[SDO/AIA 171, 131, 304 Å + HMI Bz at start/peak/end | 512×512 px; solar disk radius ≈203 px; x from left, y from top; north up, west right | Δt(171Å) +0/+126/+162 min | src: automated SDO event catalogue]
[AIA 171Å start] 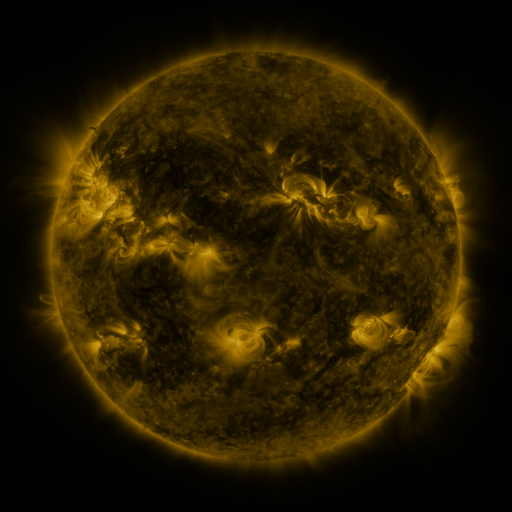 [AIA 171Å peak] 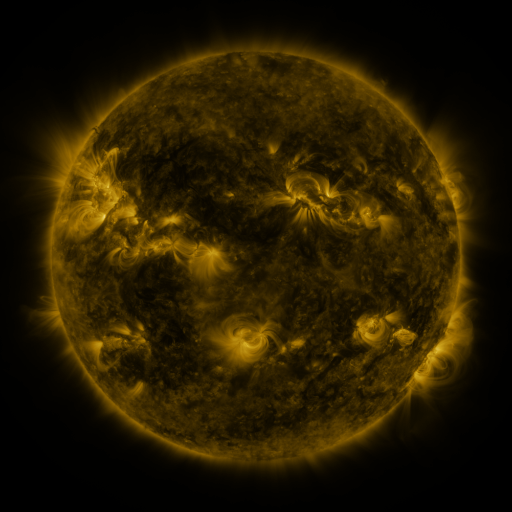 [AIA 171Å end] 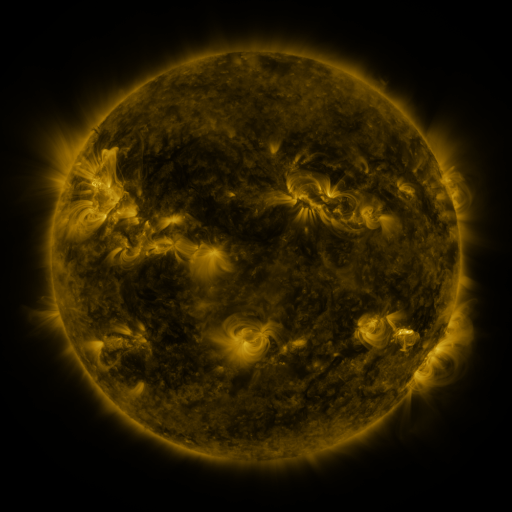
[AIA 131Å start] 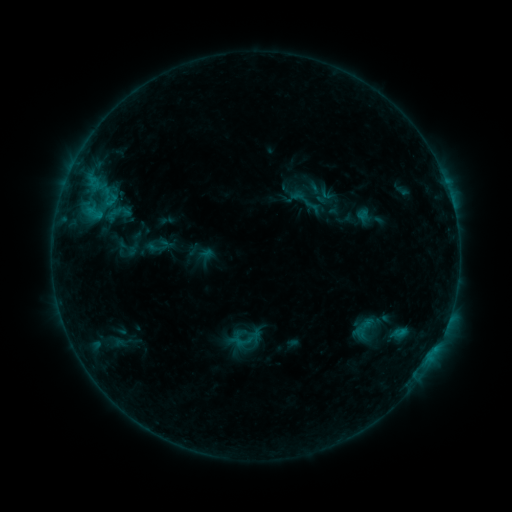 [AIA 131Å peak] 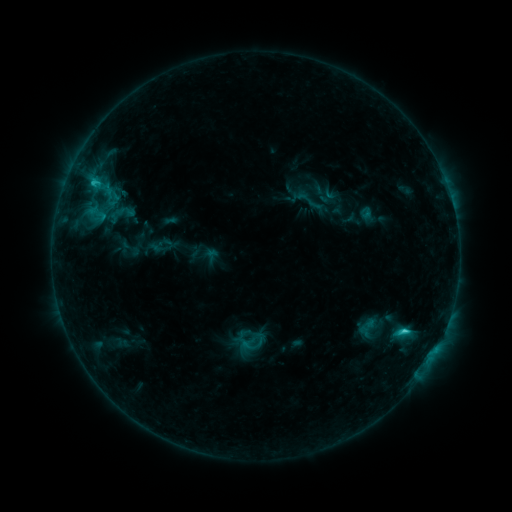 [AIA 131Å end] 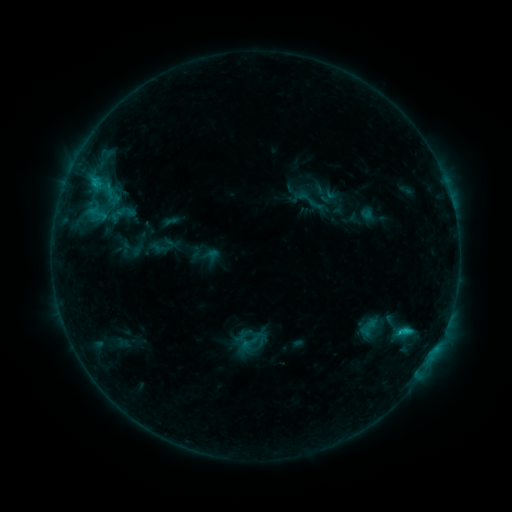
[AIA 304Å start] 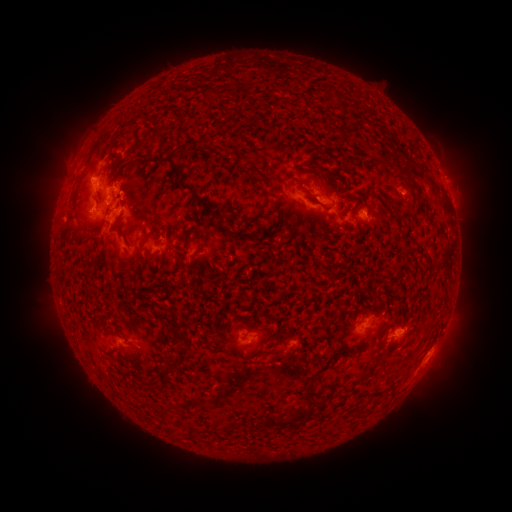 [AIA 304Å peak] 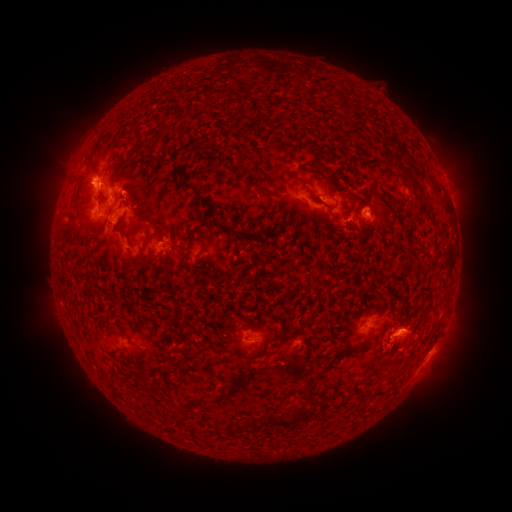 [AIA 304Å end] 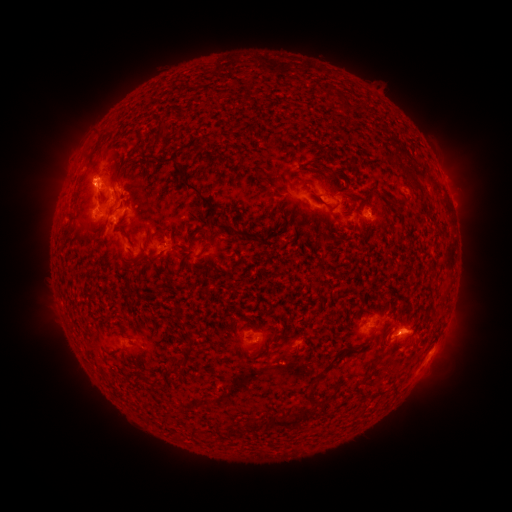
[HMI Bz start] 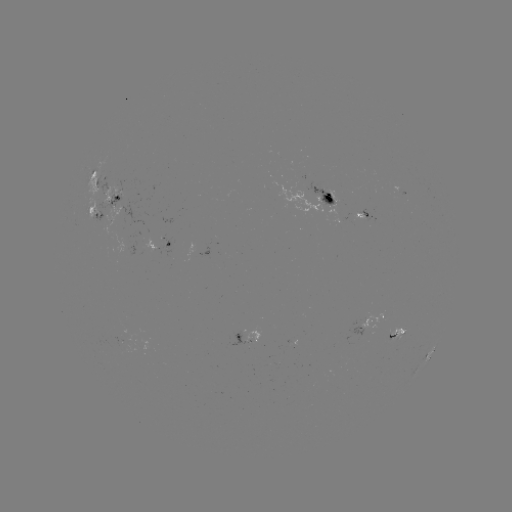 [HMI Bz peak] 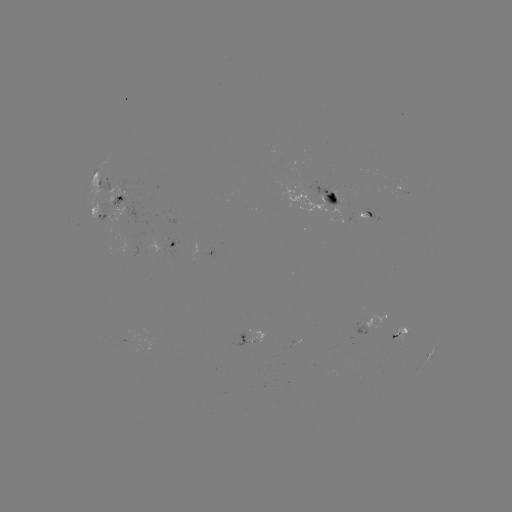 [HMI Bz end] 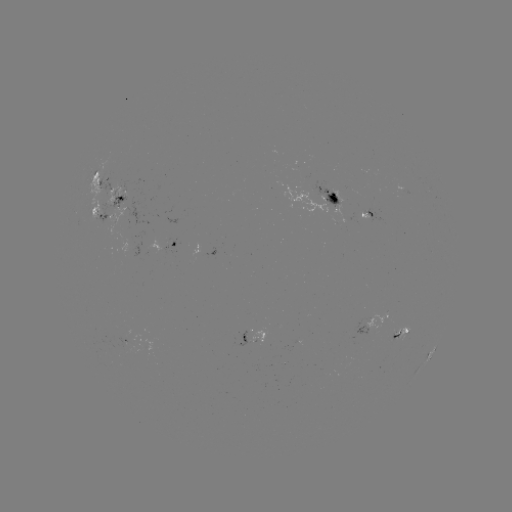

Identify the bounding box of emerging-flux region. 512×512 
[359, 208, 378, 222].